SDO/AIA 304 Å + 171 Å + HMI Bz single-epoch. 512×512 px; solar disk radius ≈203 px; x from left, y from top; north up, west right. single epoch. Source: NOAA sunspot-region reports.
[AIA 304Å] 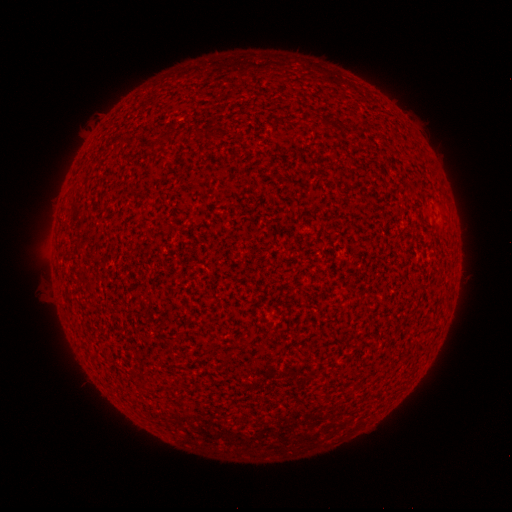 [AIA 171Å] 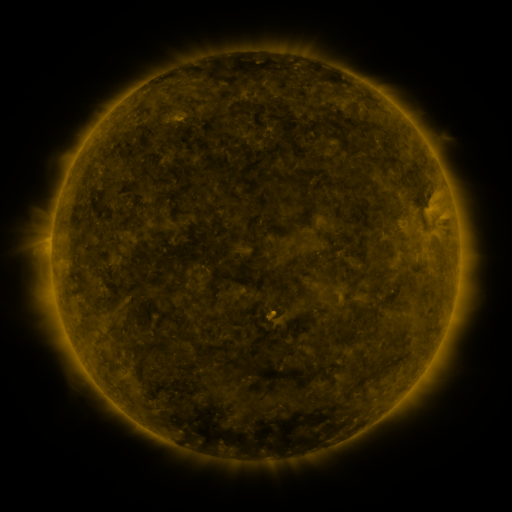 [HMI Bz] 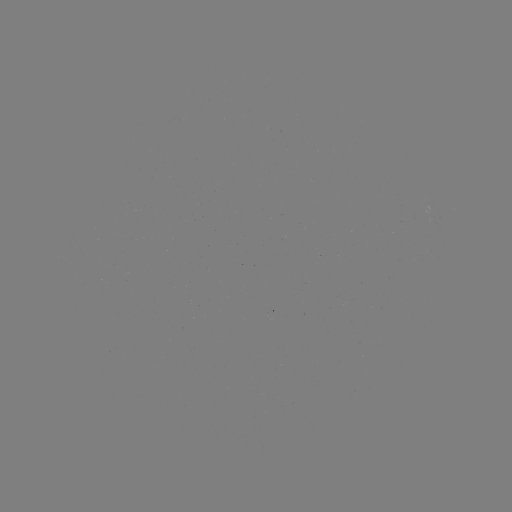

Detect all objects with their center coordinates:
(none)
